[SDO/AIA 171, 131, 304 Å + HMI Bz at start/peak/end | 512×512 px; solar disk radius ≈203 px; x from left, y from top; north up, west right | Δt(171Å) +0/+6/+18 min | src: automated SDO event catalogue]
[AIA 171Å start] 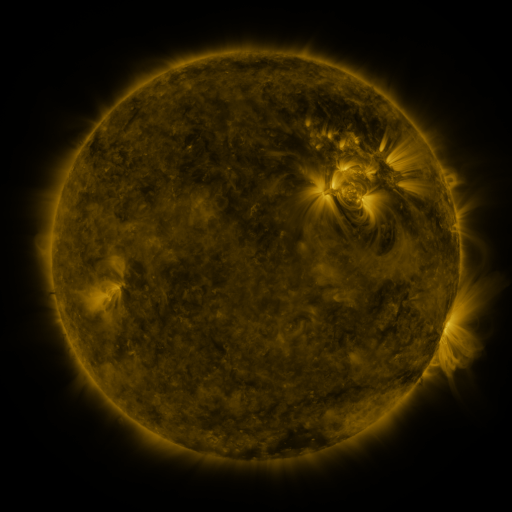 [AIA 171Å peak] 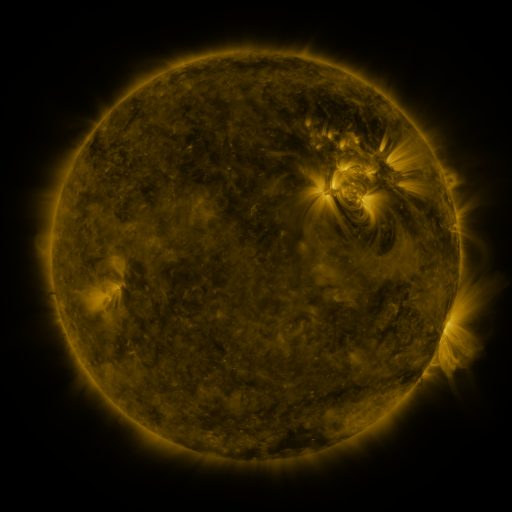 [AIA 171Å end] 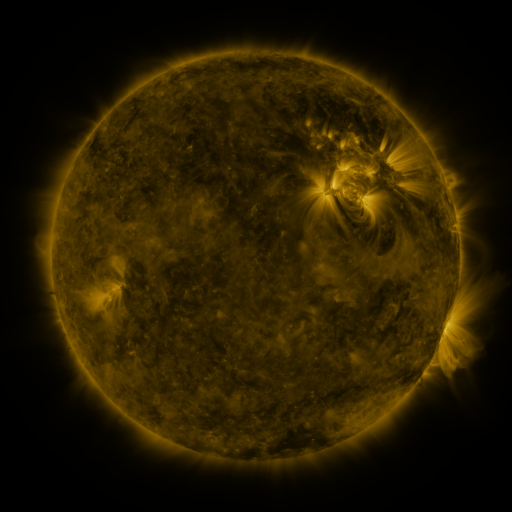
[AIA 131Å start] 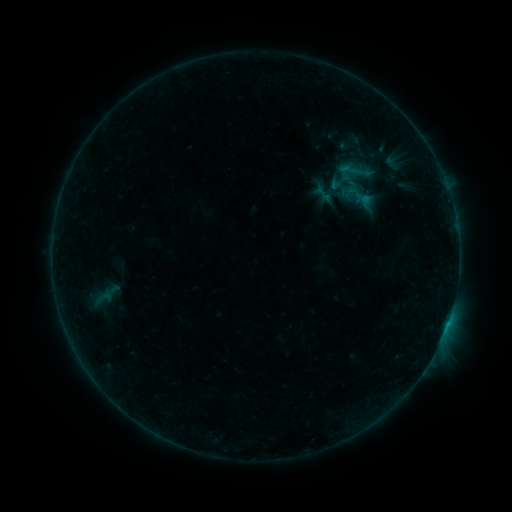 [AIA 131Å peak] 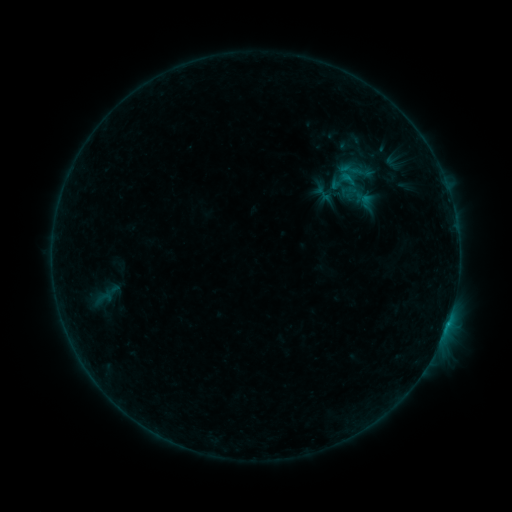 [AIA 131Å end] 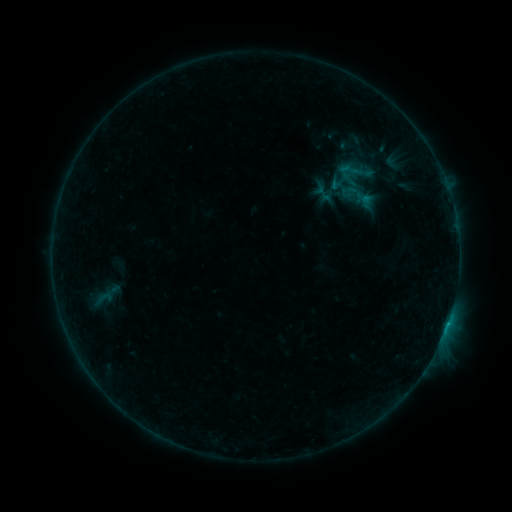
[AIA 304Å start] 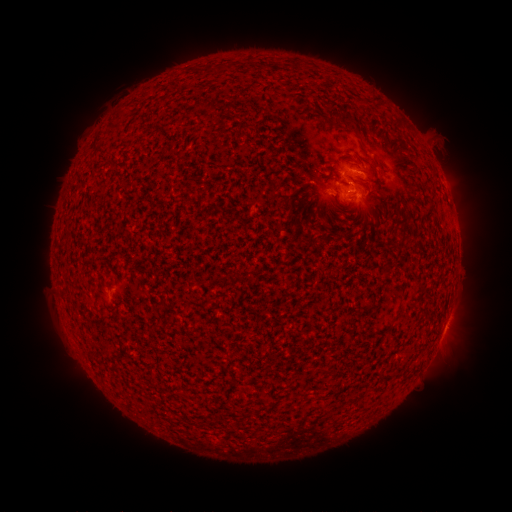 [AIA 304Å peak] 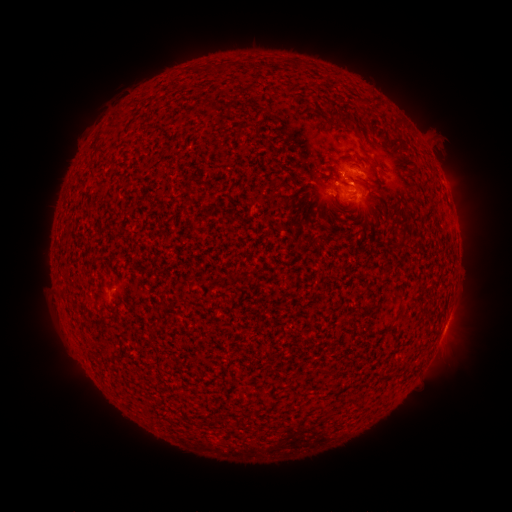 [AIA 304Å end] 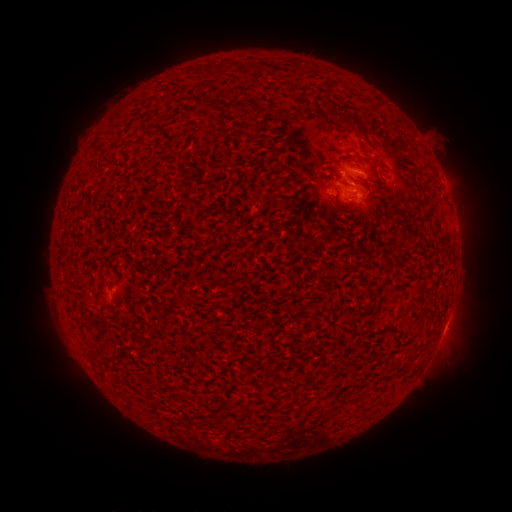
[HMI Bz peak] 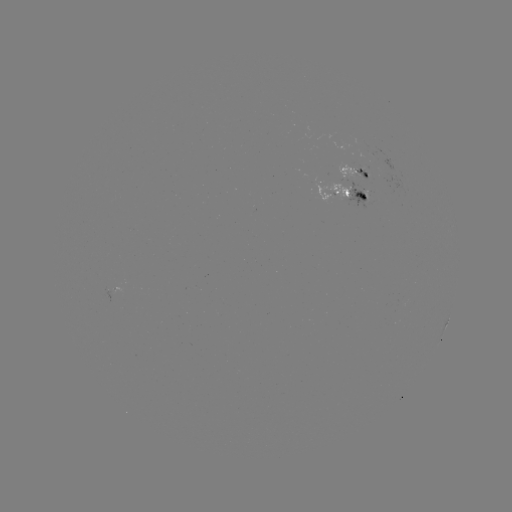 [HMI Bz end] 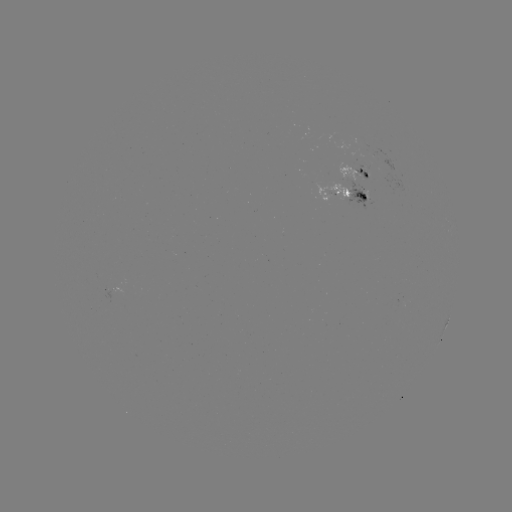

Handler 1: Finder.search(B5.2 flare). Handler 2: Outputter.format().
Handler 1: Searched B5.2 flare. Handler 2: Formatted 448,321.